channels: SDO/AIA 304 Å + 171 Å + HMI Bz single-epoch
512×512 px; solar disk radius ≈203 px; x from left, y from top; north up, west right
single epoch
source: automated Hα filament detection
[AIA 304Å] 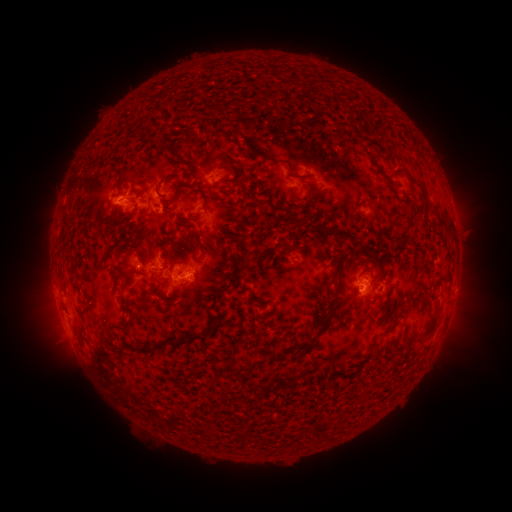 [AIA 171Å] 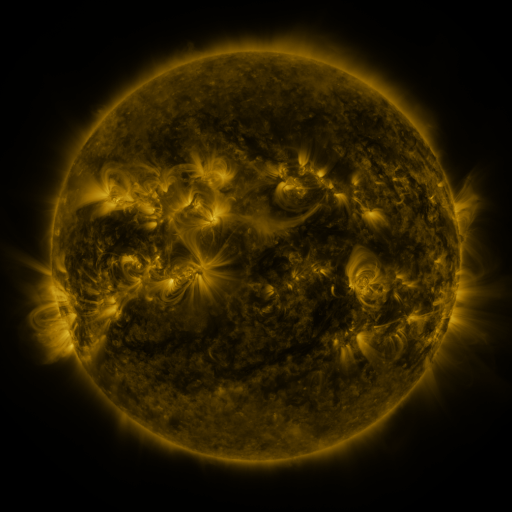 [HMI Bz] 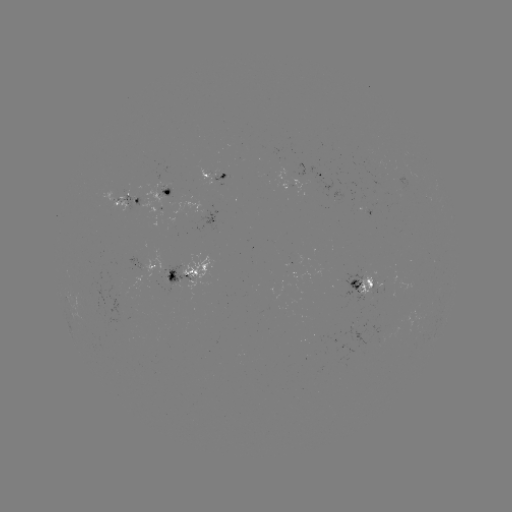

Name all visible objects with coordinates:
filament: (415, 144)
filament: (271, 160)
filament: (380, 170)
filament: (152, 179)
filament: (243, 181)
filament: (158, 192)
filament: (177, 193)
filament: (425, 195)
filament: (210, 241)
filament: (284, 252)
filament: (421, 261)
filament: (335, 272)
filament: (170, 276)
filament: (224, 288)
filament: (158, 293)
filament: (331, 313)
filament: (220, 314)
filament: (431, 329)
filament: (388, 331)
filament: (169, 343)
